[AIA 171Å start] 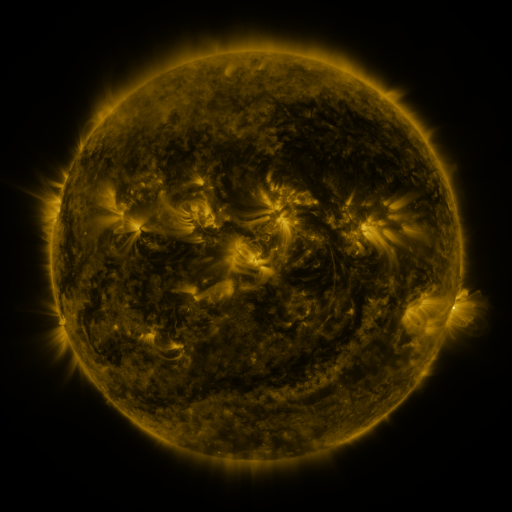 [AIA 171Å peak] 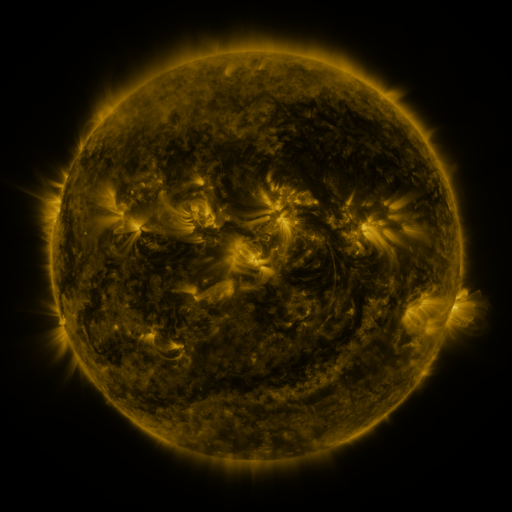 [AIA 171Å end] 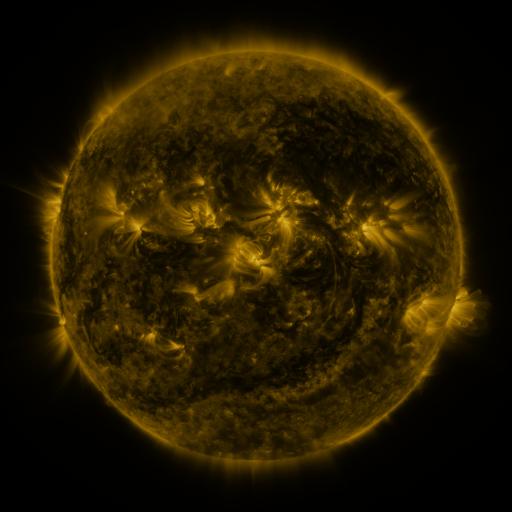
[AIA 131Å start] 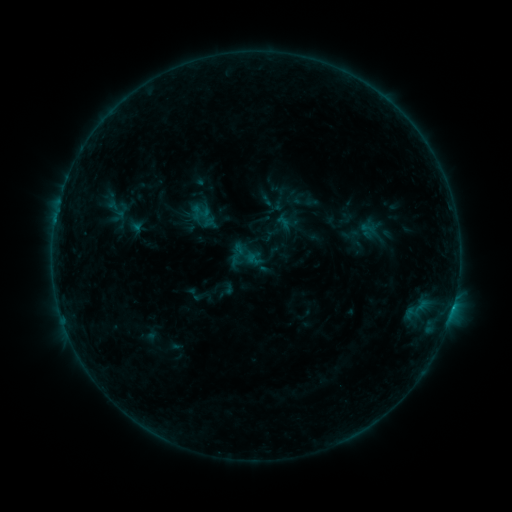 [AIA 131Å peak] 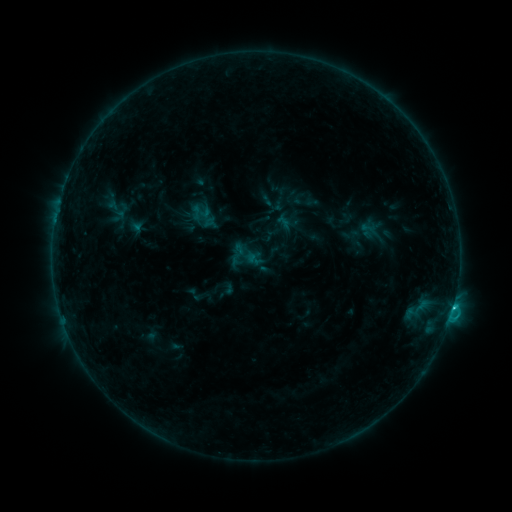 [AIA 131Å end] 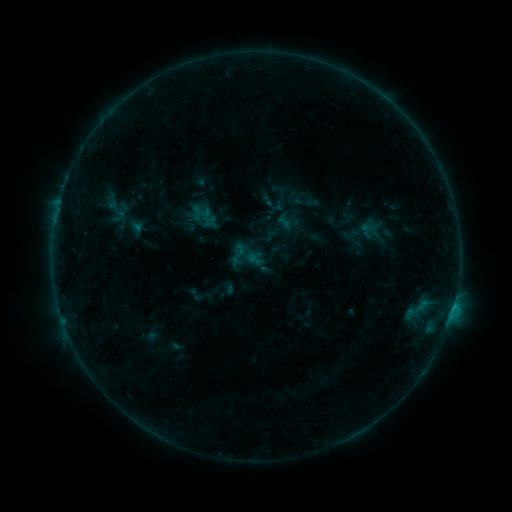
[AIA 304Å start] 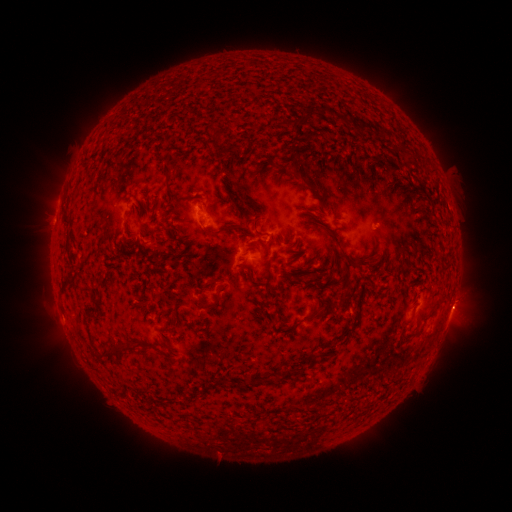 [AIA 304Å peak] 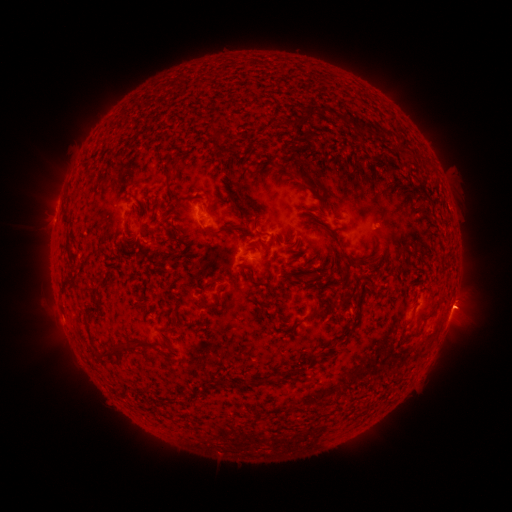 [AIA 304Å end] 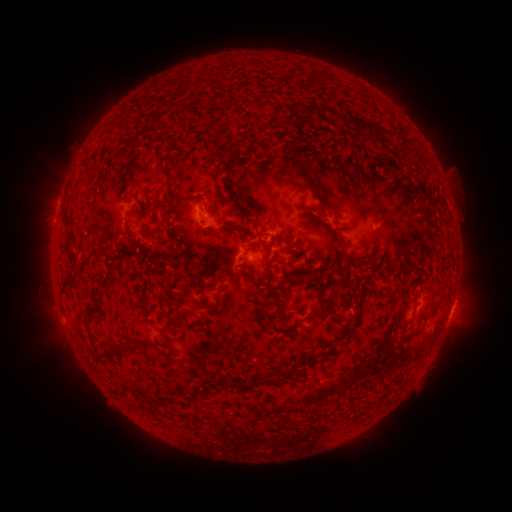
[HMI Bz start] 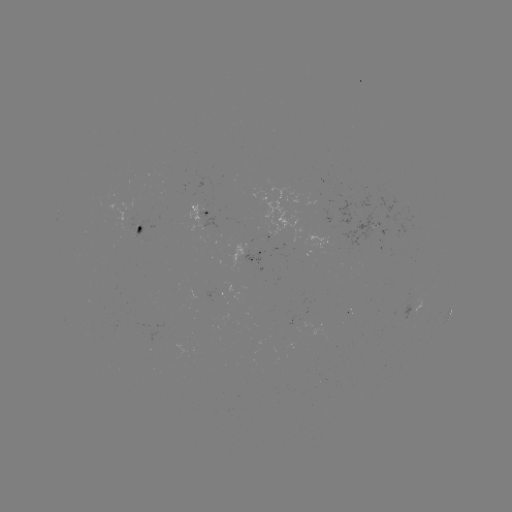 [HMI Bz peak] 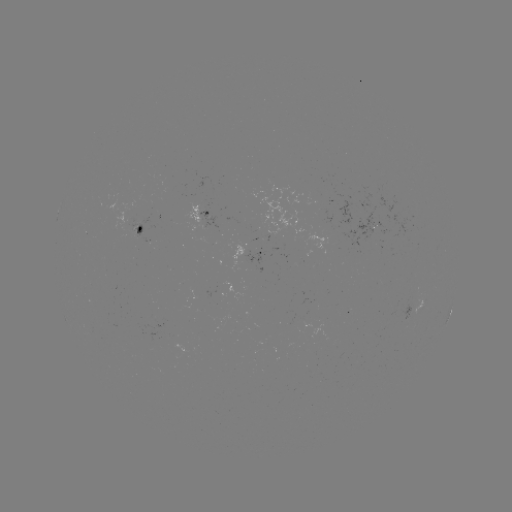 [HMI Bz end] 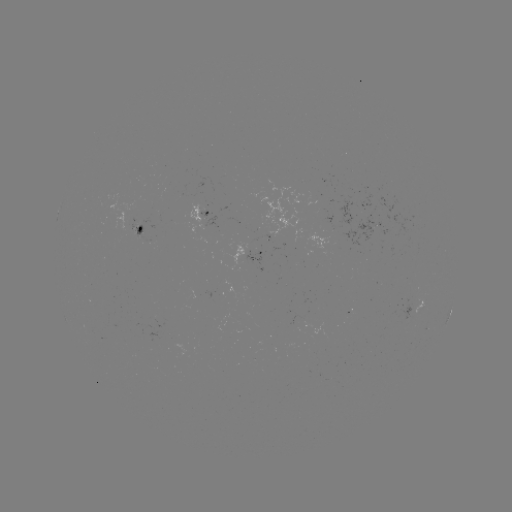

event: flare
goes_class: B7.4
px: (450, 305)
